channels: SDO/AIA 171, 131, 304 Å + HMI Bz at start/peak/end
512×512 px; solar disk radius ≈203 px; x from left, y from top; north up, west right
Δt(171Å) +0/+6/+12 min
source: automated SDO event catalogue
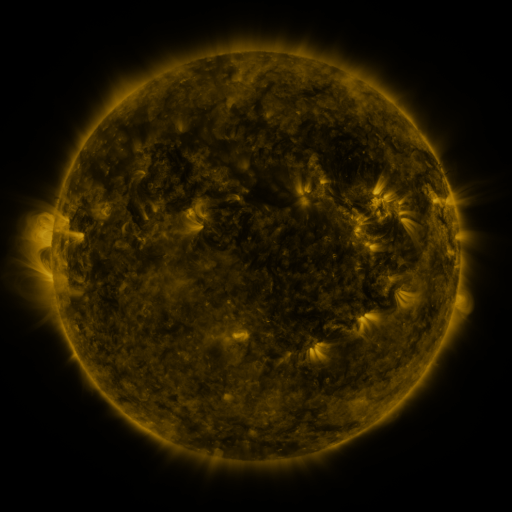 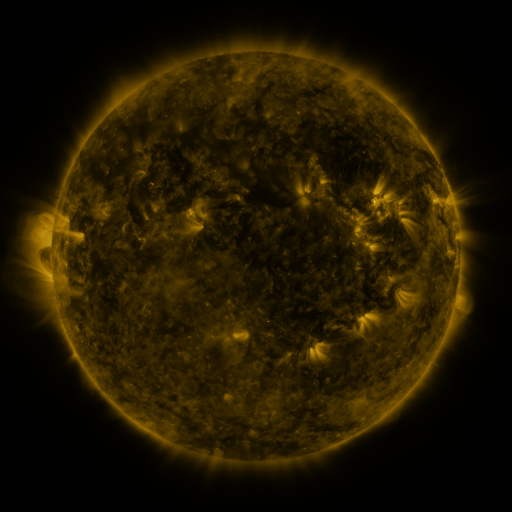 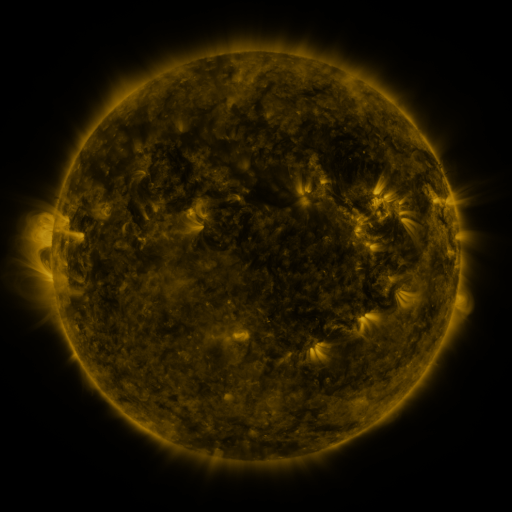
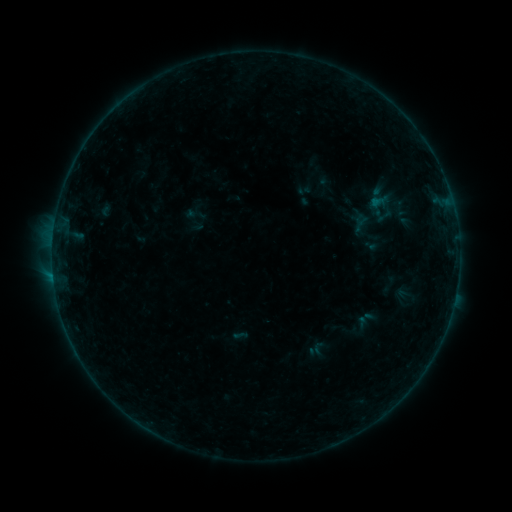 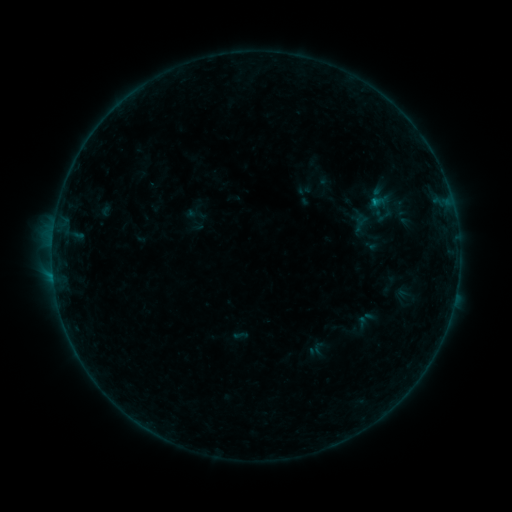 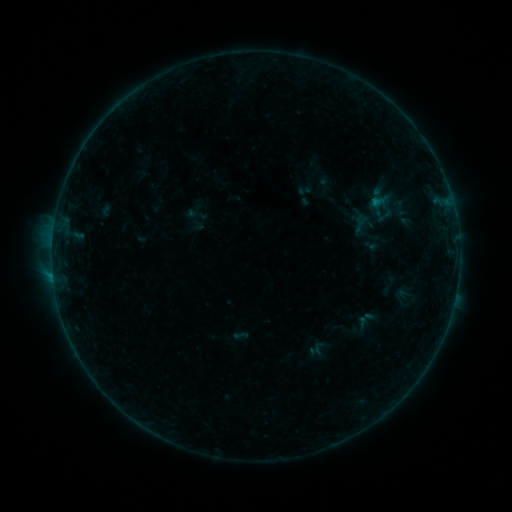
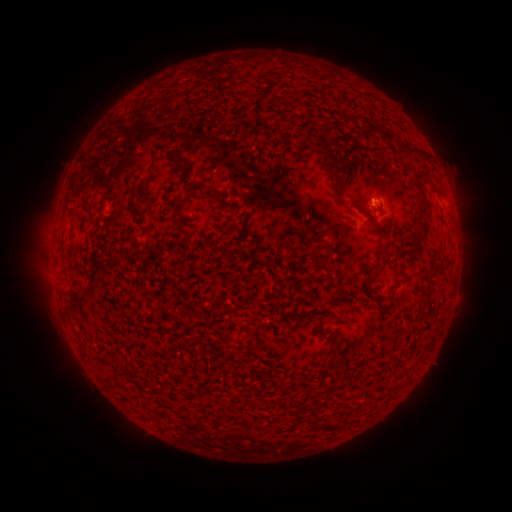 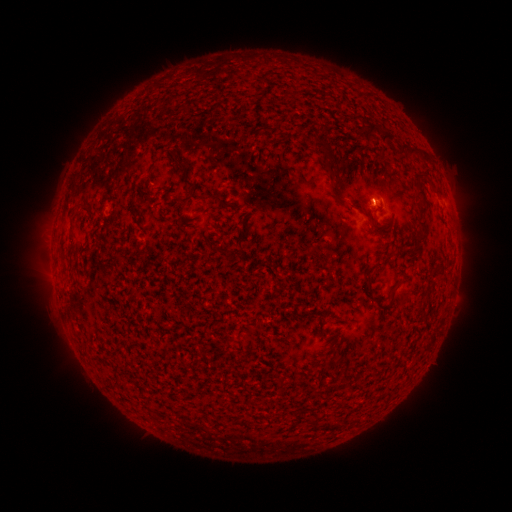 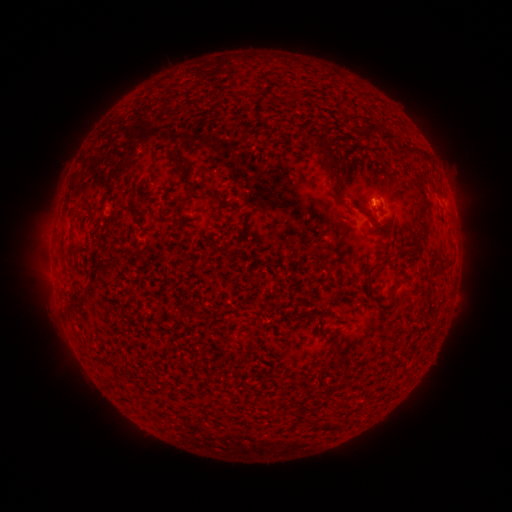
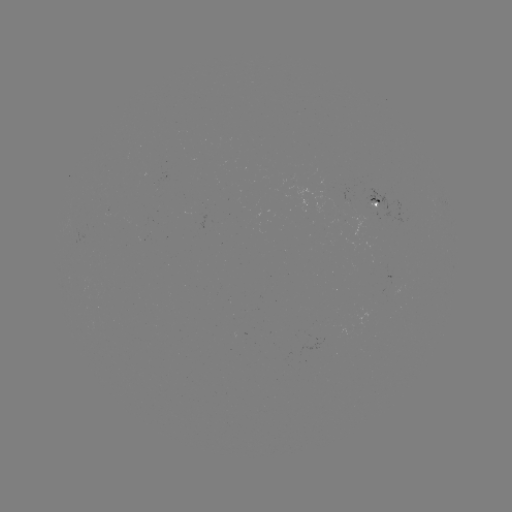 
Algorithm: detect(B2.8 flare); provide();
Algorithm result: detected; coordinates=[374, 204]